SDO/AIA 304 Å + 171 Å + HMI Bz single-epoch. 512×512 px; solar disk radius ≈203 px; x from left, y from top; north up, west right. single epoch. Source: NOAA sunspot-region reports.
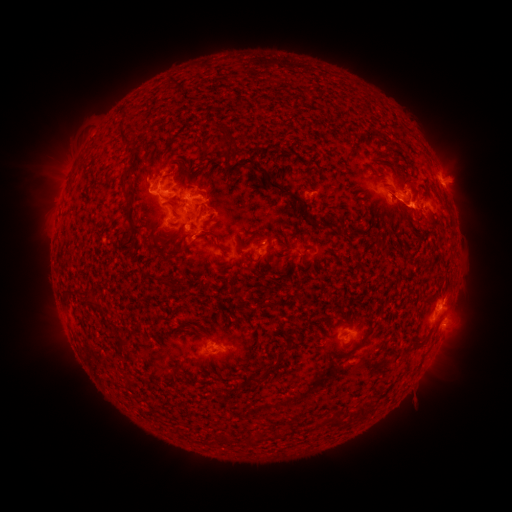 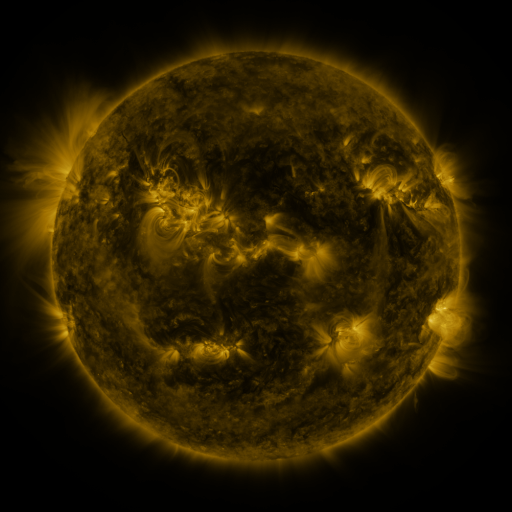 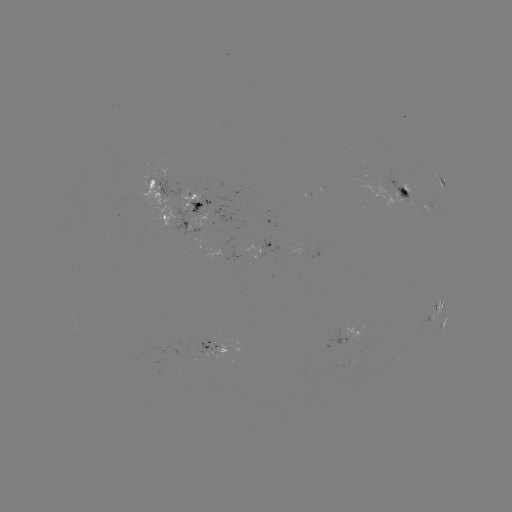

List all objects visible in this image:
spotted active region: (440, 177)
spotted active region: (161, 186)
spotted active region: (402, 195)
spotted active region: (200, 202)
spotted active region: (432, 207)
spotted active region: (178, 226)
spotted active region: (270, 249)
spotted active region: (441, 310)
spotted active region: (444, 323)
spotted active region: (357, 332)
spotted active region: (219, 351)
